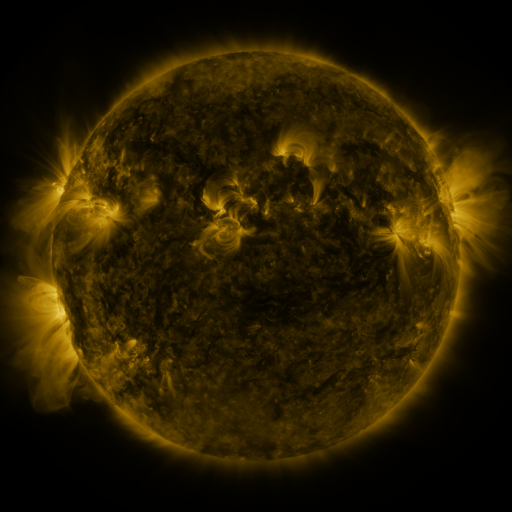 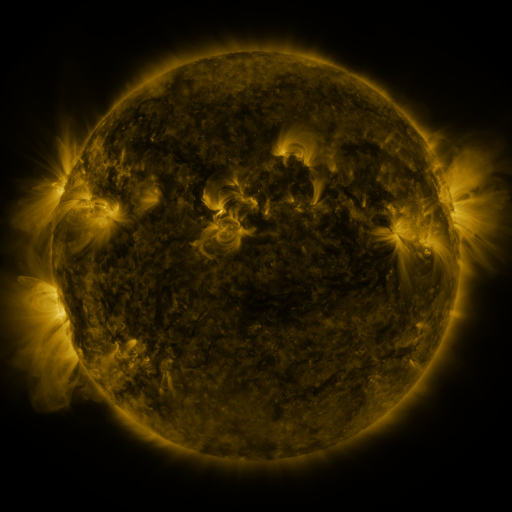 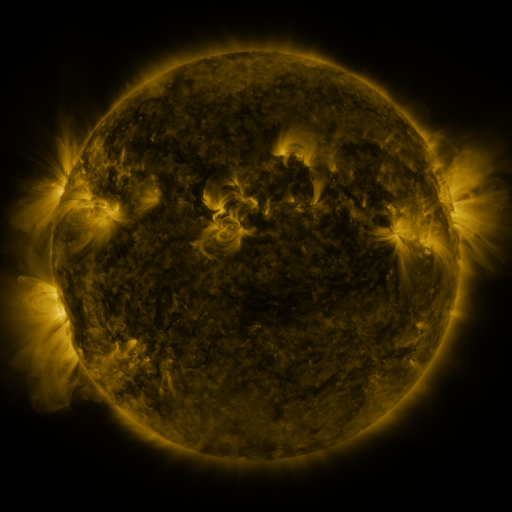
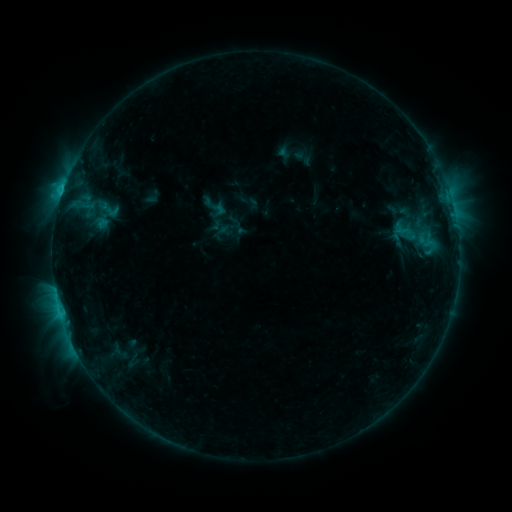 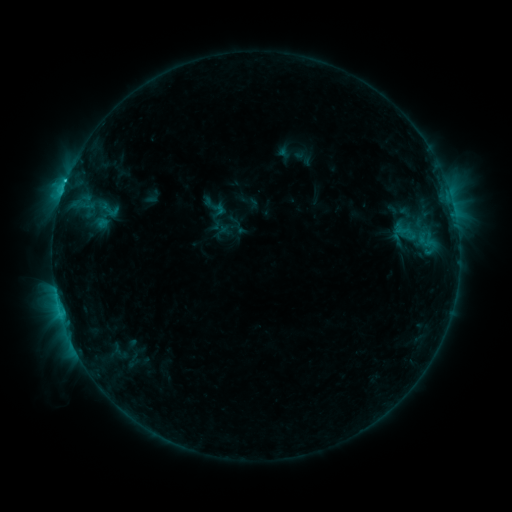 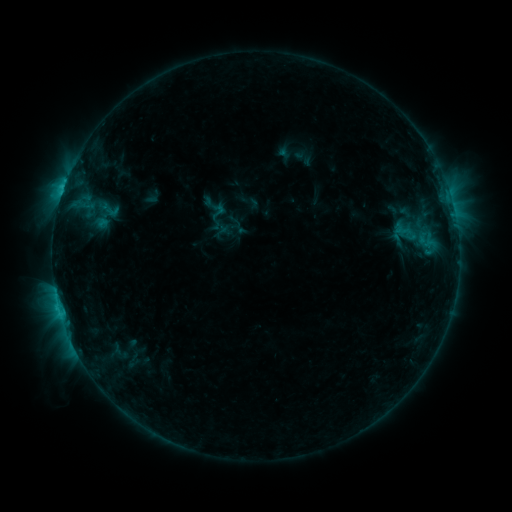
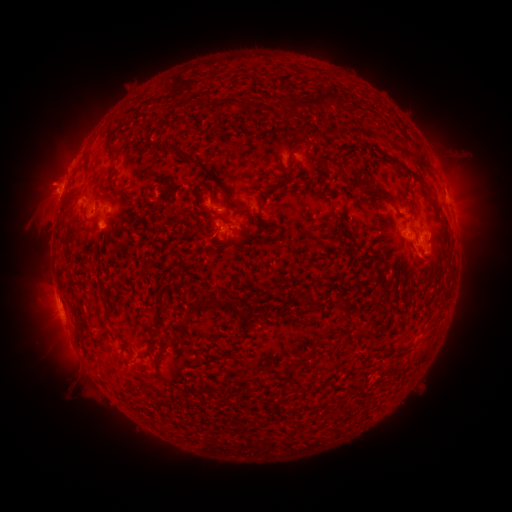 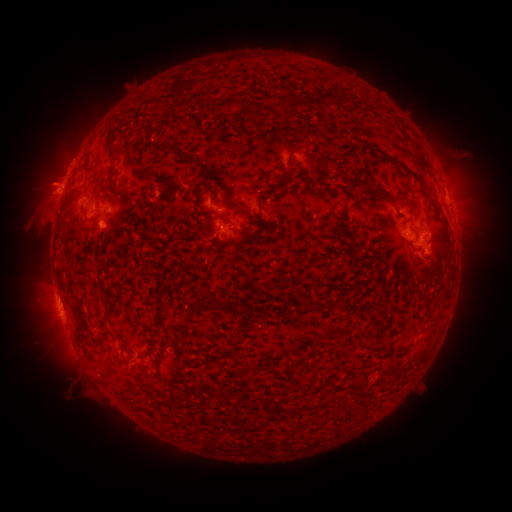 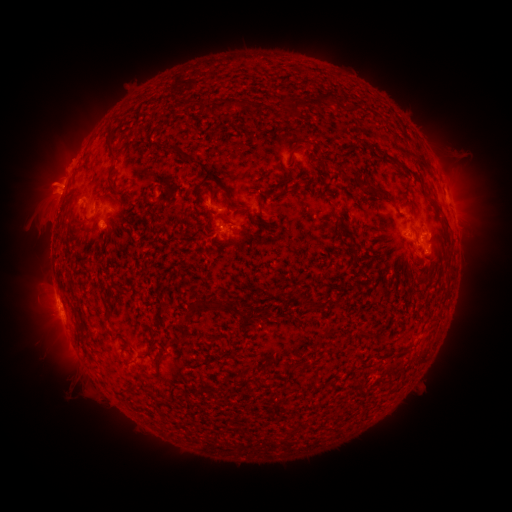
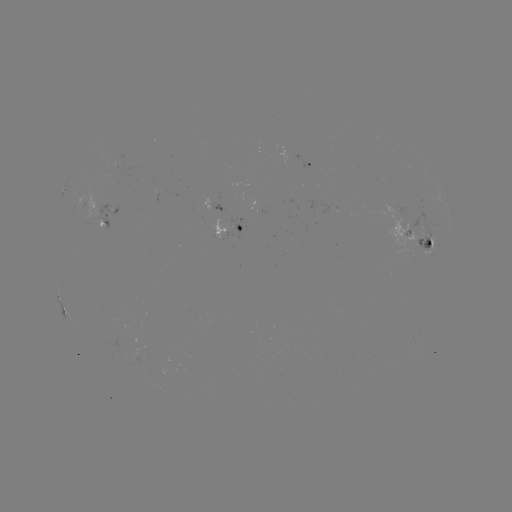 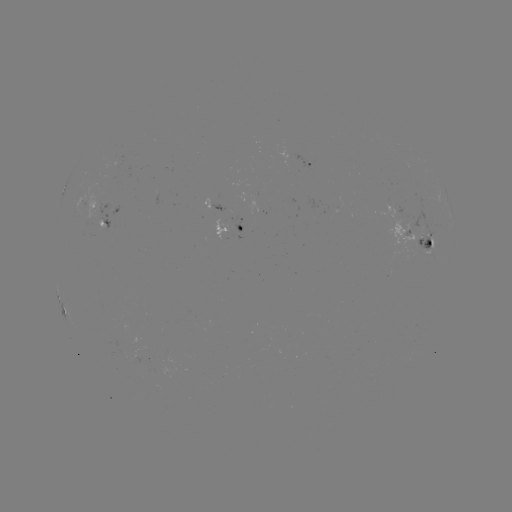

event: flare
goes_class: C1.9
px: (66, 183)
